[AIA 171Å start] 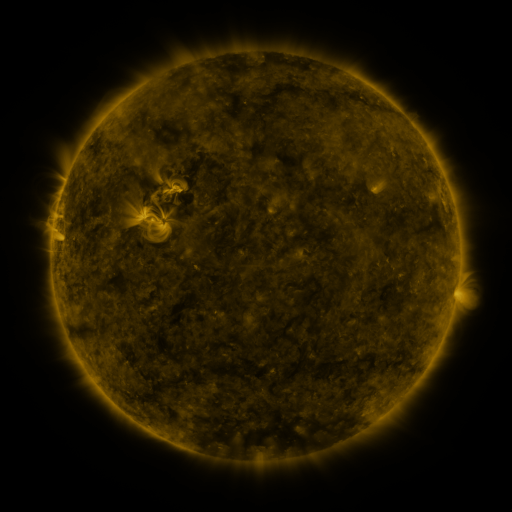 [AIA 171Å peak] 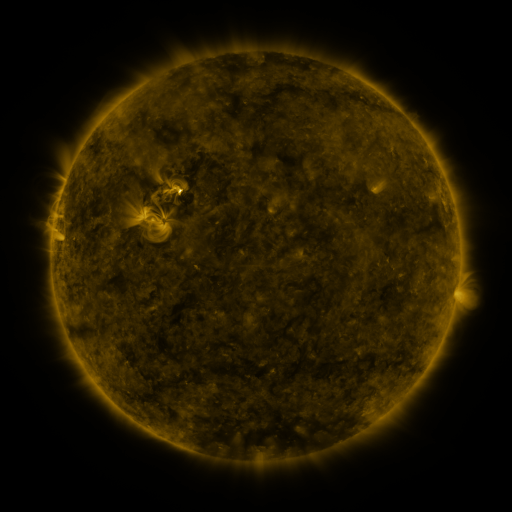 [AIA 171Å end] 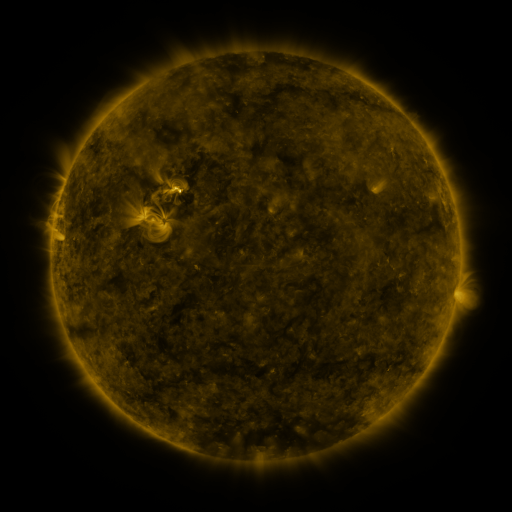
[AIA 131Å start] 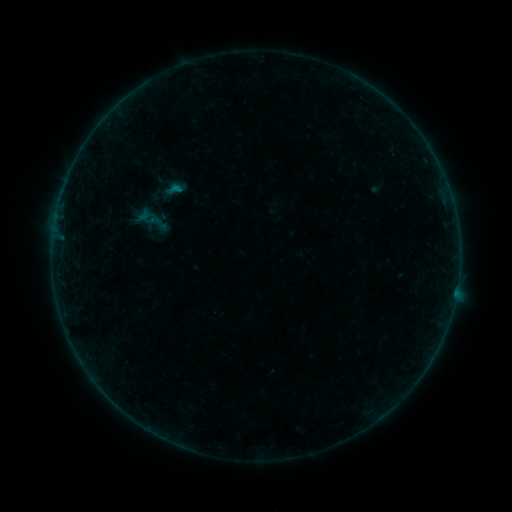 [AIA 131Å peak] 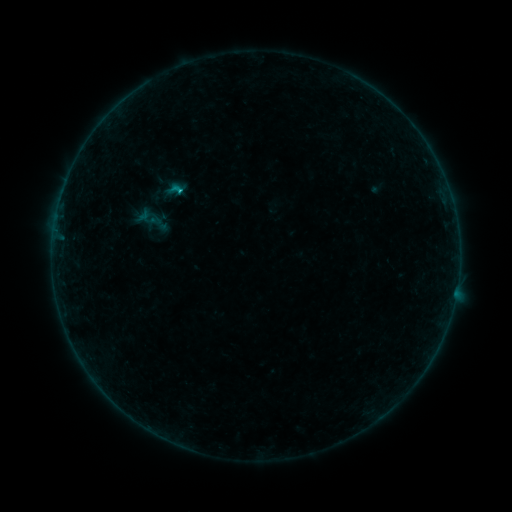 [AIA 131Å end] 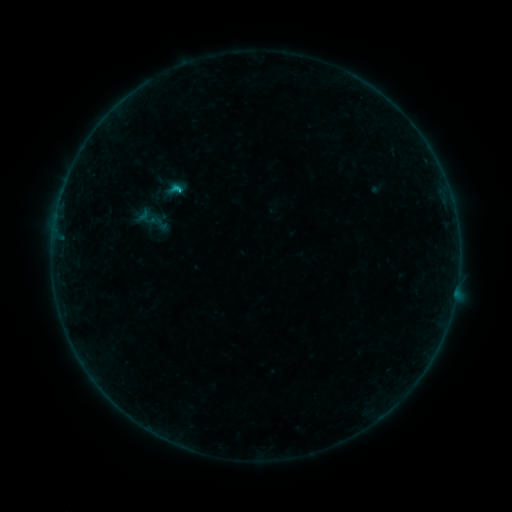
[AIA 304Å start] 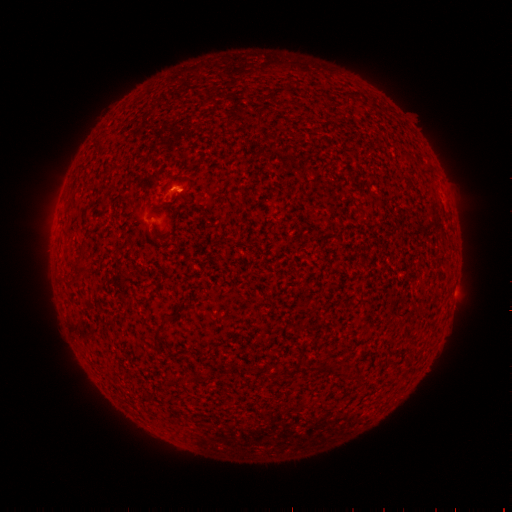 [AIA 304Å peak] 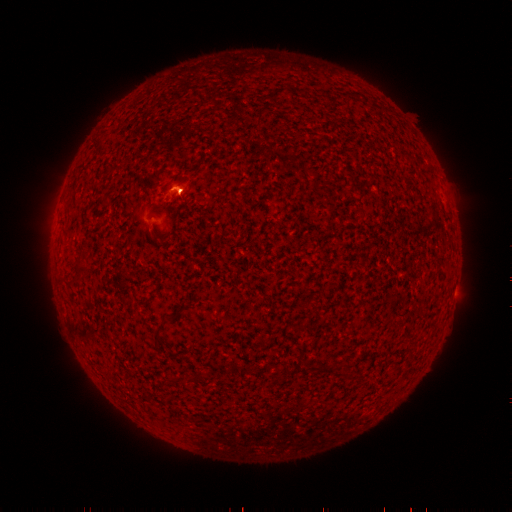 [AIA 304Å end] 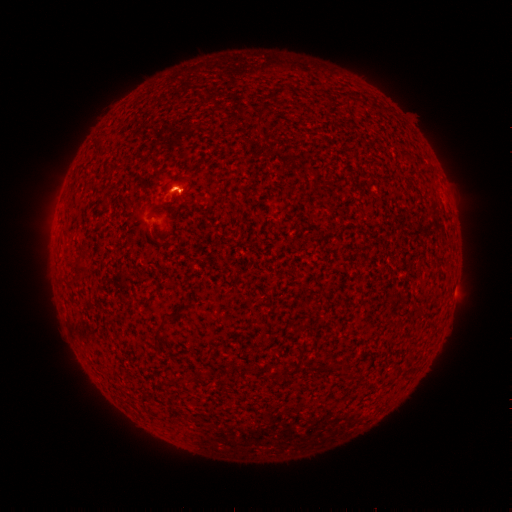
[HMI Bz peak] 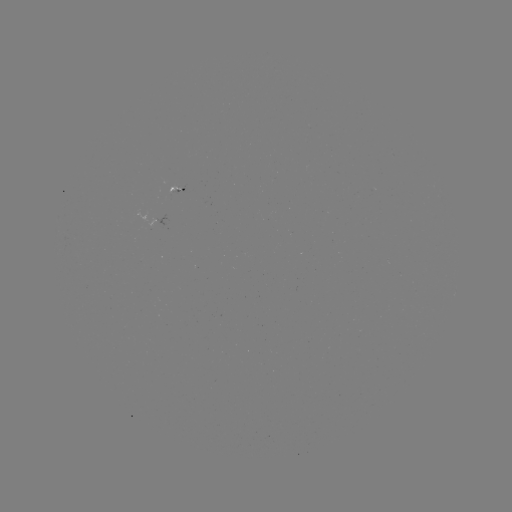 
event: flare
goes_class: C1.1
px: (181, 192)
